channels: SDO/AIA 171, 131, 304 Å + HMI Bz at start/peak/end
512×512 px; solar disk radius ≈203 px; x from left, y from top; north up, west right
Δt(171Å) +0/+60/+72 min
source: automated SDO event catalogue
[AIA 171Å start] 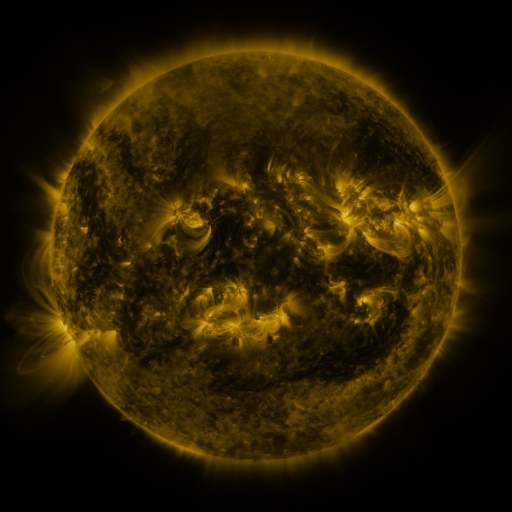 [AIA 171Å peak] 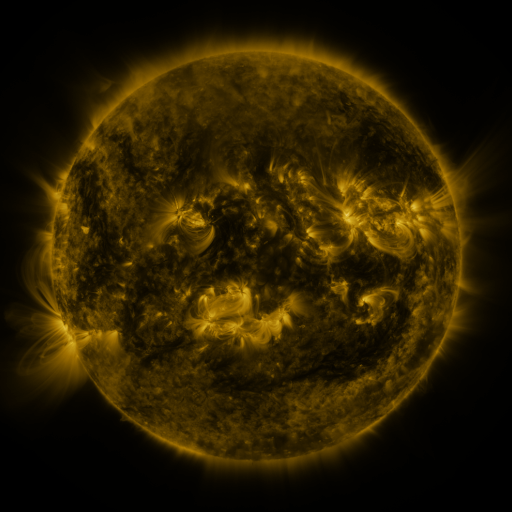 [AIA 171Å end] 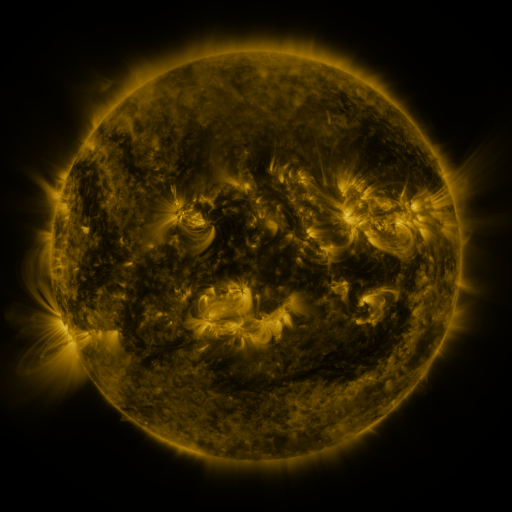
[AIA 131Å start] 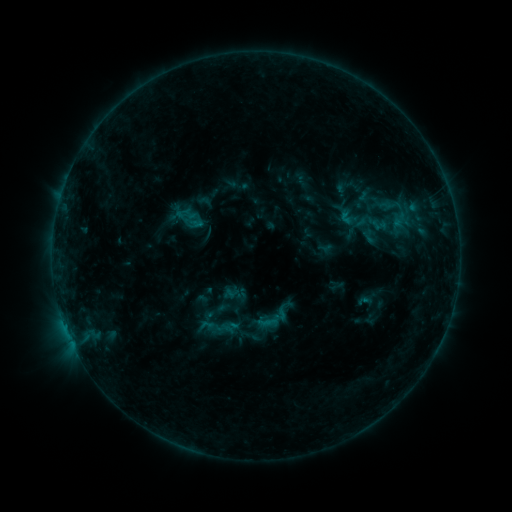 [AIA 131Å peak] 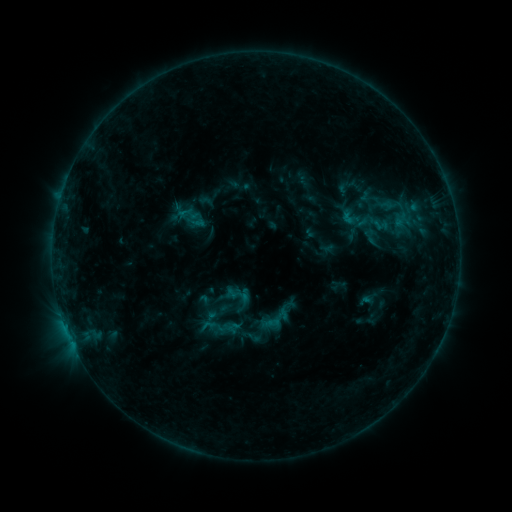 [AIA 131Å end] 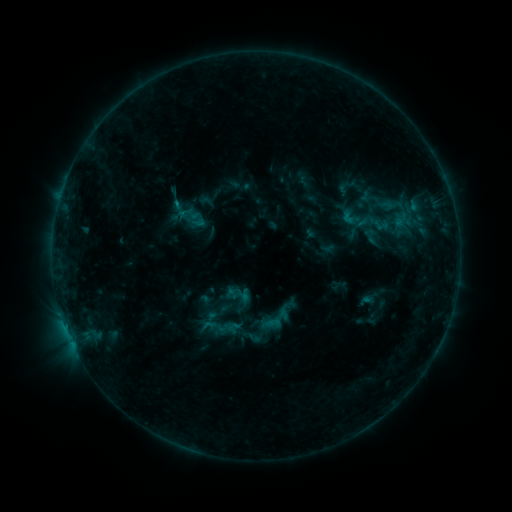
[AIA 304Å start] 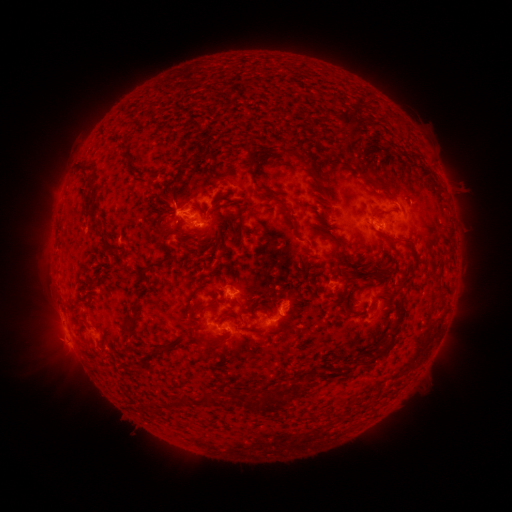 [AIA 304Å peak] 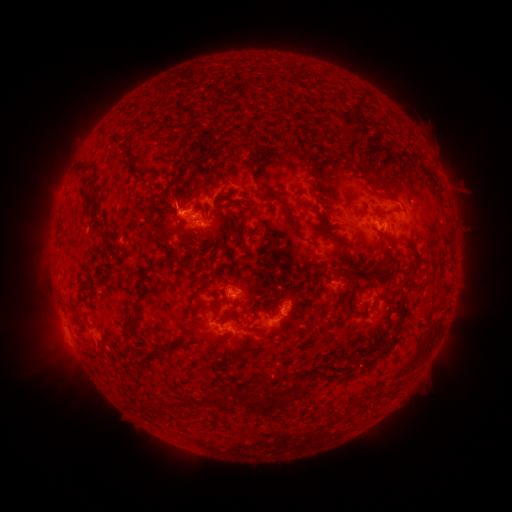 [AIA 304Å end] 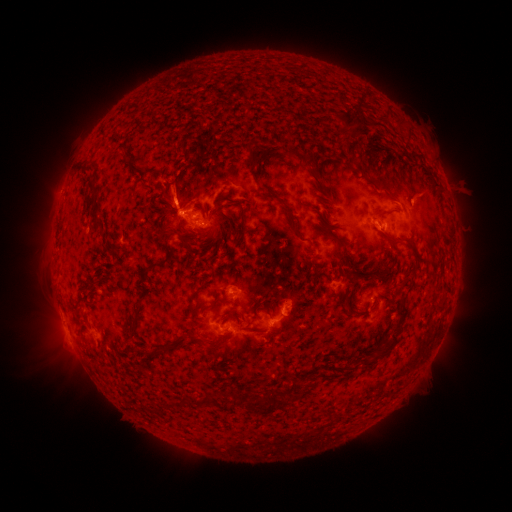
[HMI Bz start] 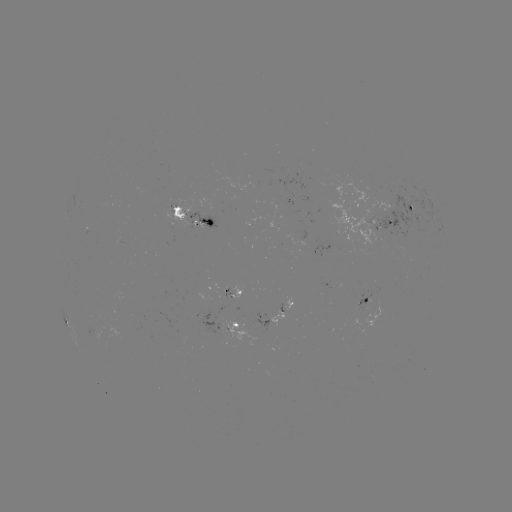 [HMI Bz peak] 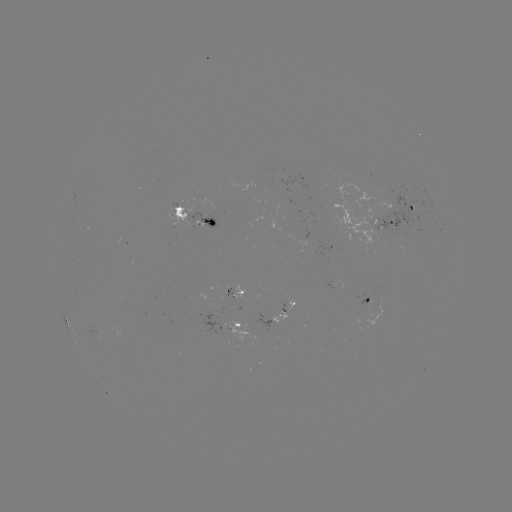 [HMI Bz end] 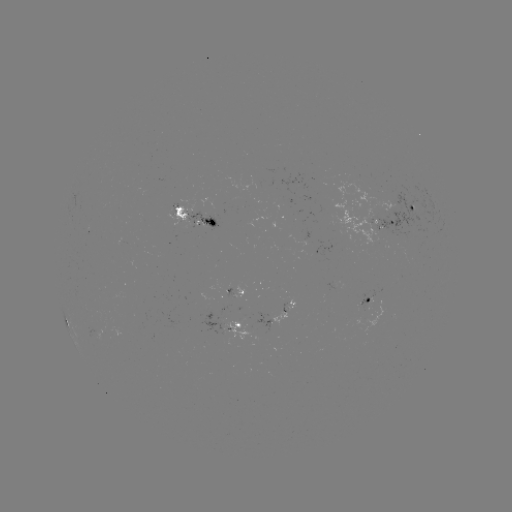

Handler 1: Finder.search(emerging-flux region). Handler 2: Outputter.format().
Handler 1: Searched emerging-flux region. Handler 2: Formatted (225, 286).